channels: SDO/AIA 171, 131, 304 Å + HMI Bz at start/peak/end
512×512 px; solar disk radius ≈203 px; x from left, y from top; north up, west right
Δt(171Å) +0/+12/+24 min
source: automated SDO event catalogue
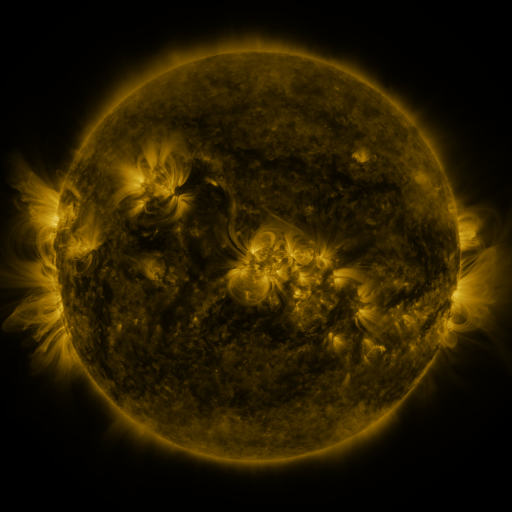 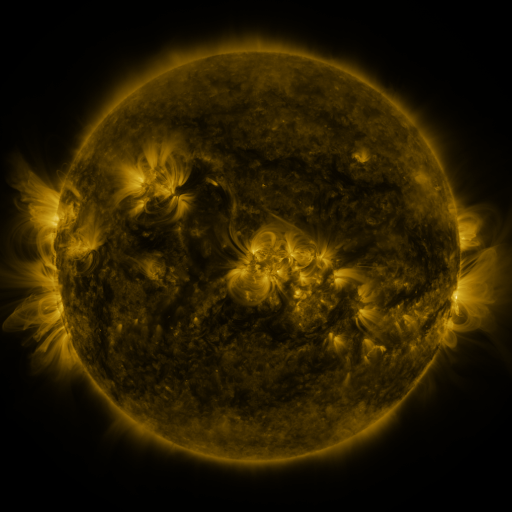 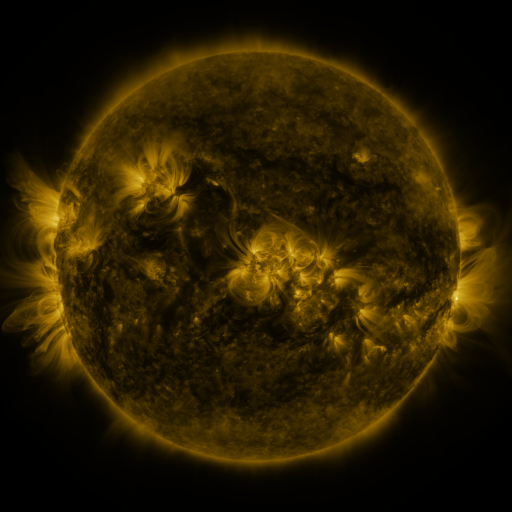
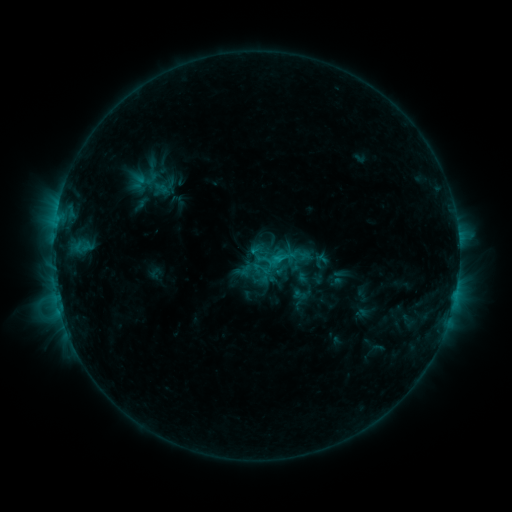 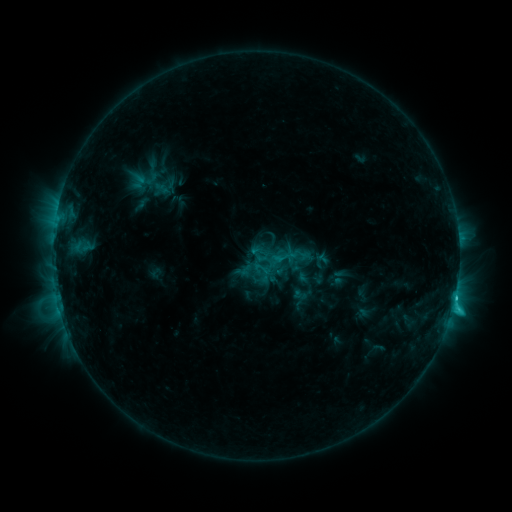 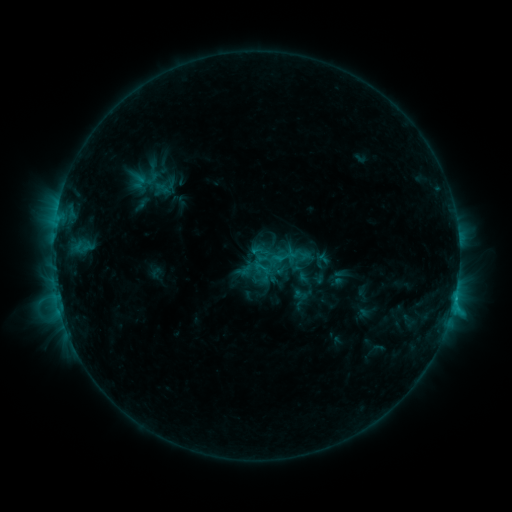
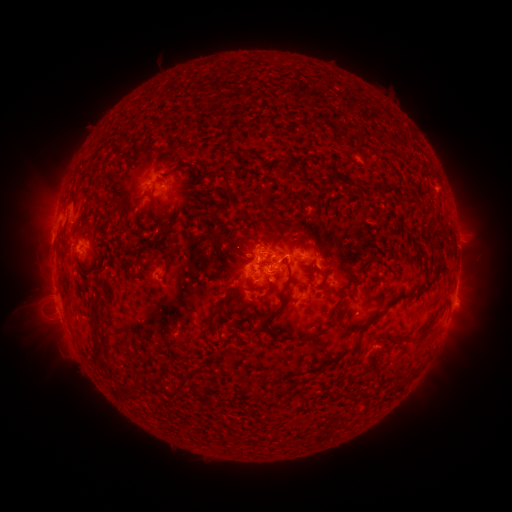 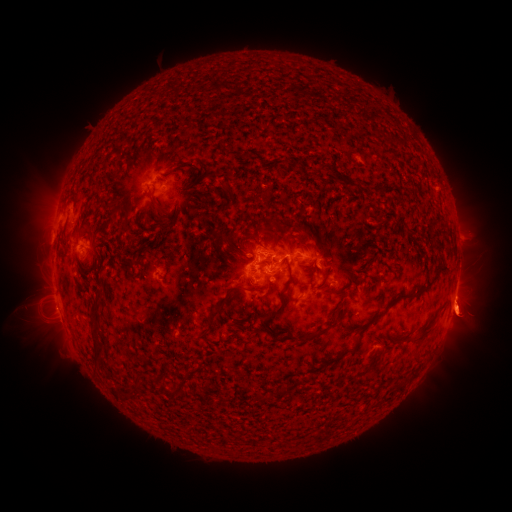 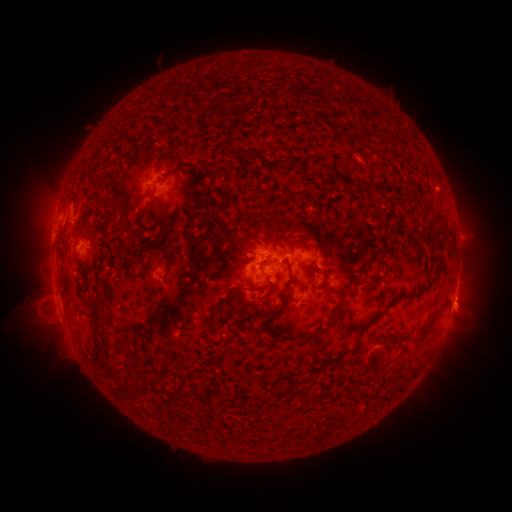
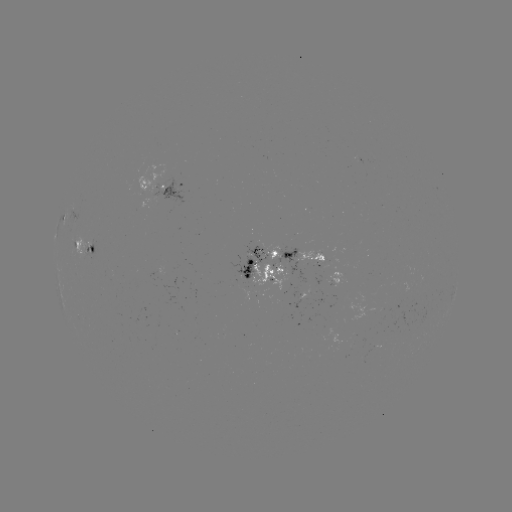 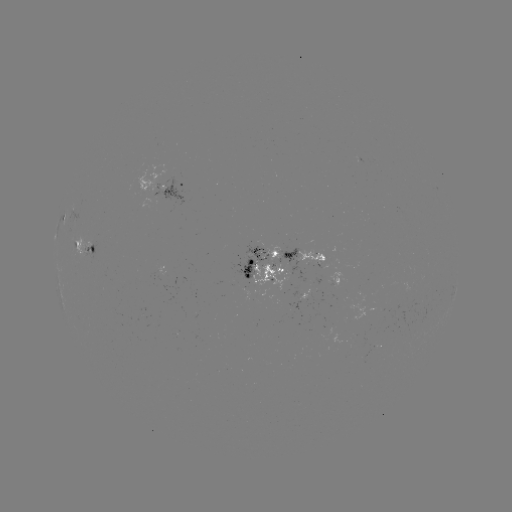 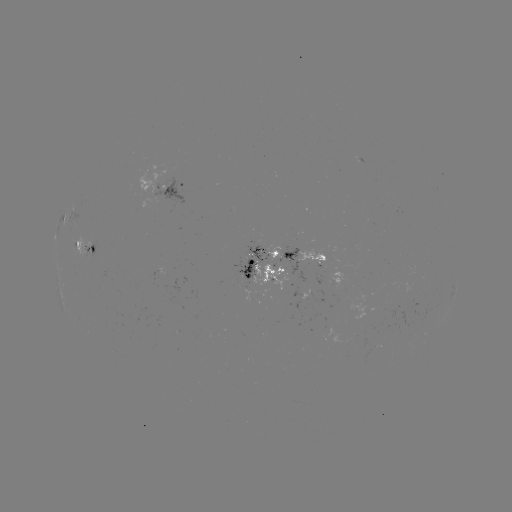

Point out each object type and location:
eruption: (465, 313)
